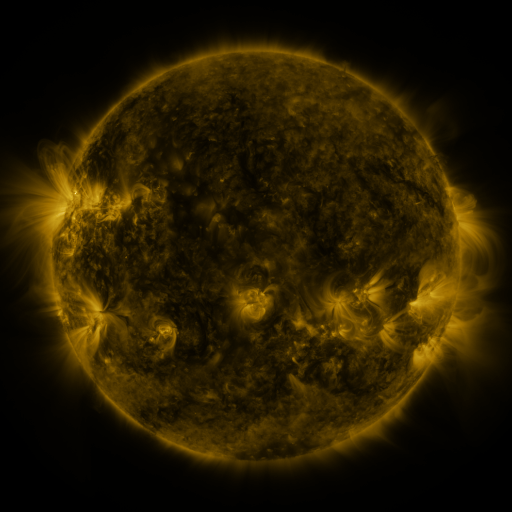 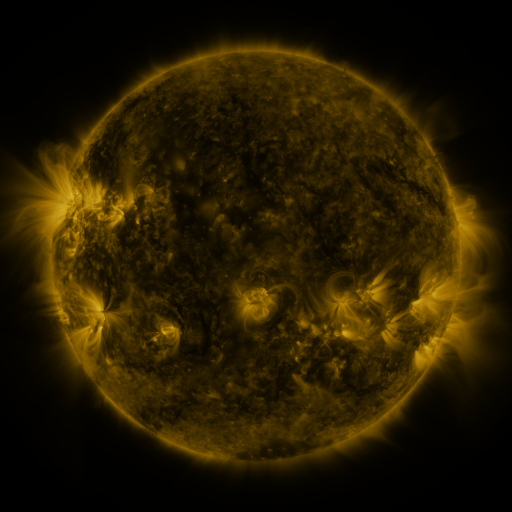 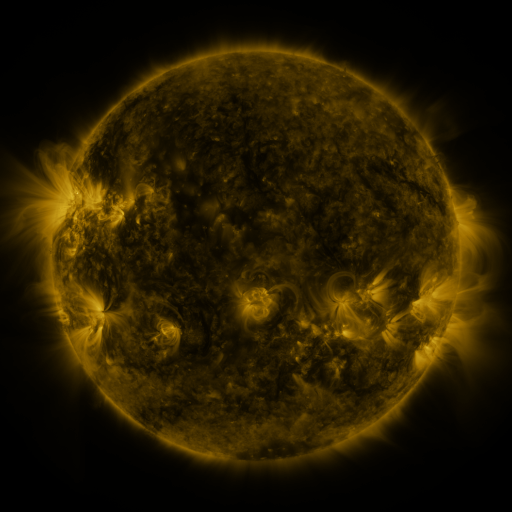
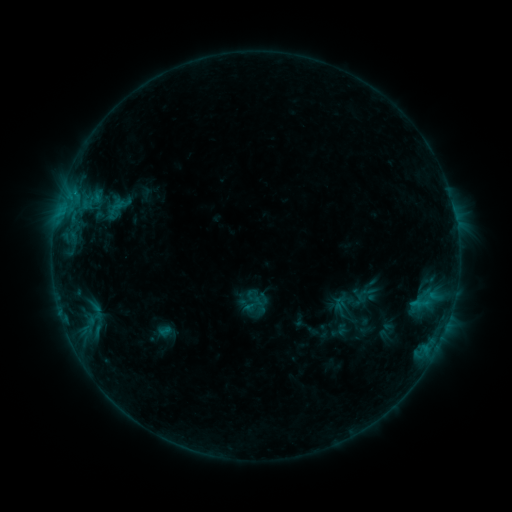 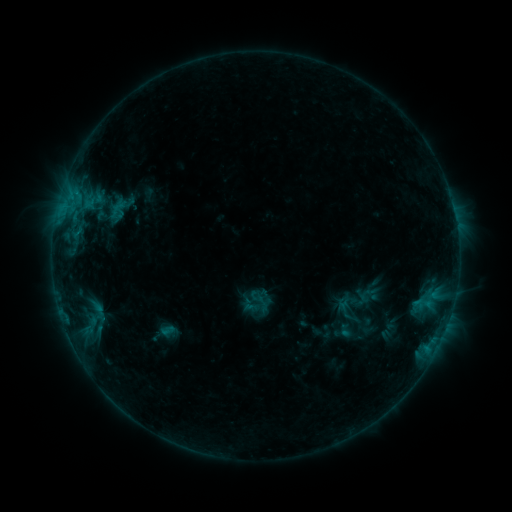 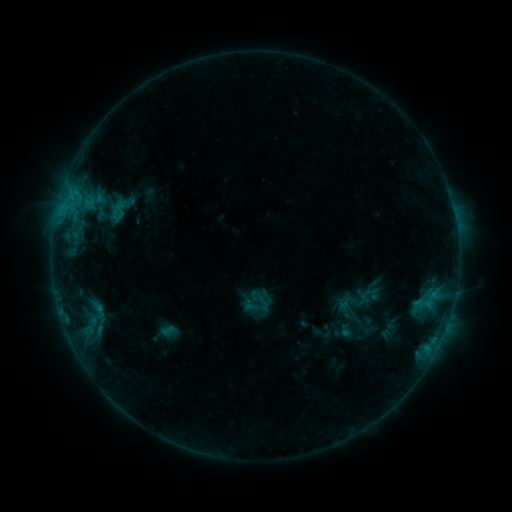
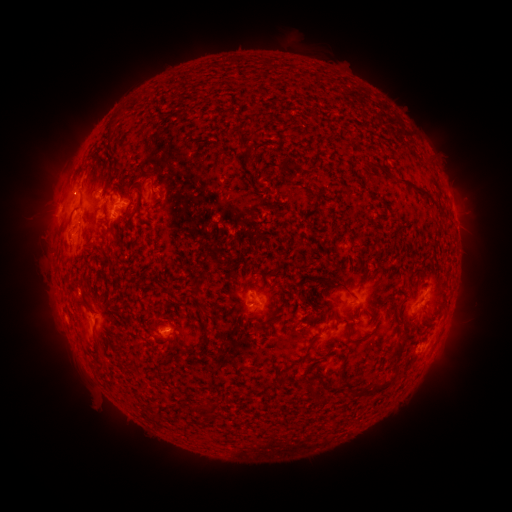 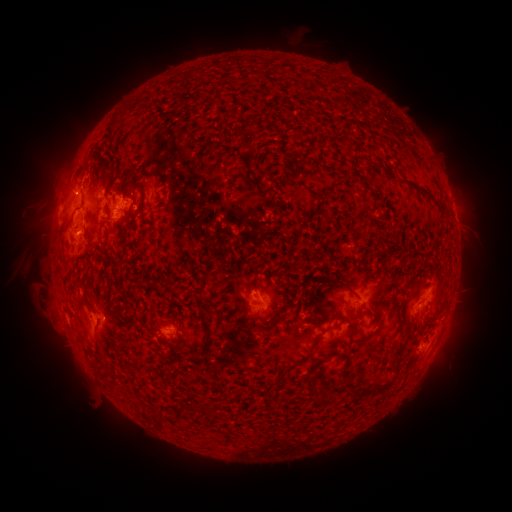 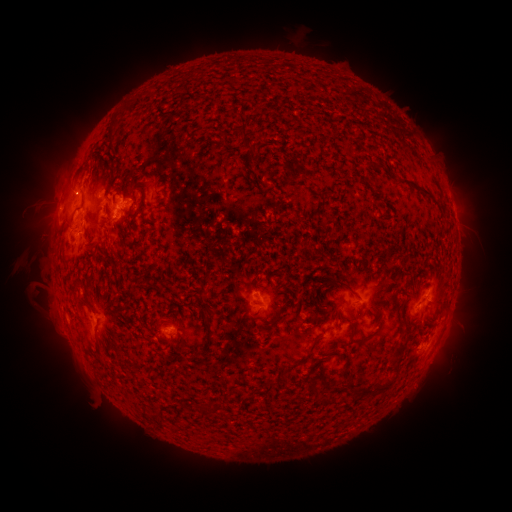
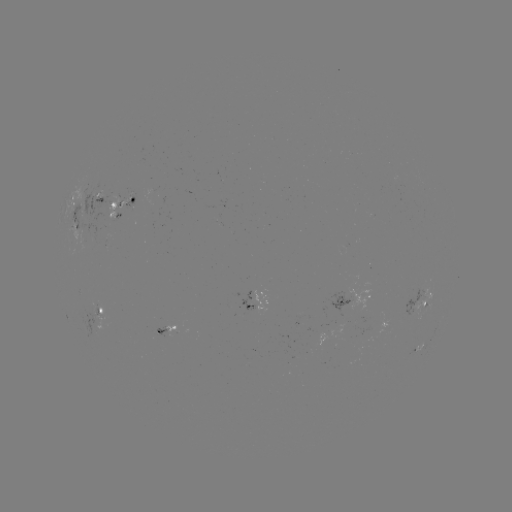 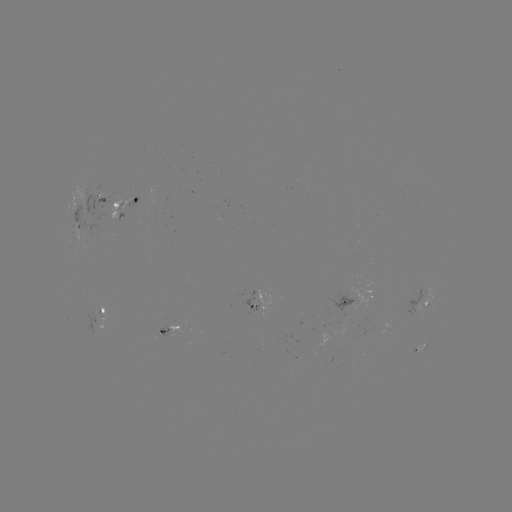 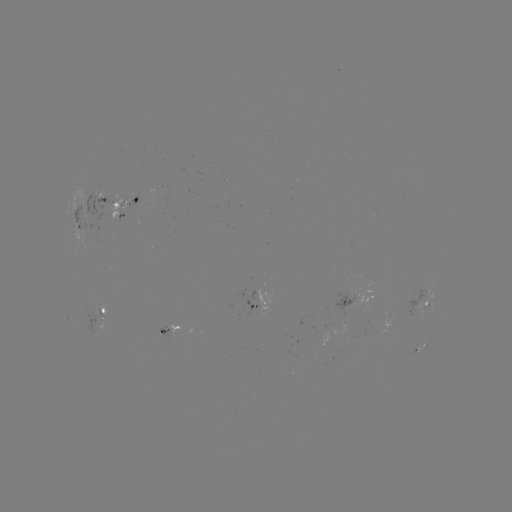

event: emerging-flux region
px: (94, 310)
